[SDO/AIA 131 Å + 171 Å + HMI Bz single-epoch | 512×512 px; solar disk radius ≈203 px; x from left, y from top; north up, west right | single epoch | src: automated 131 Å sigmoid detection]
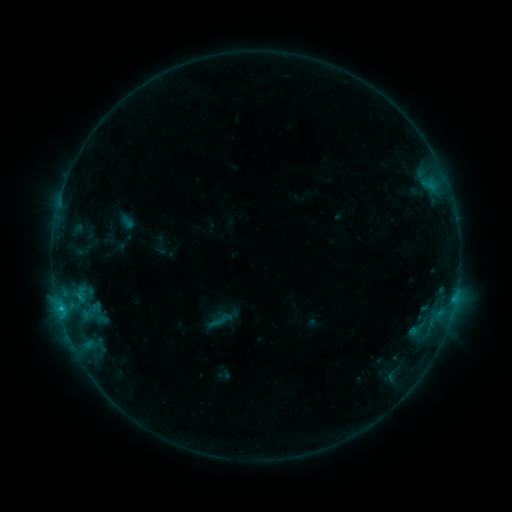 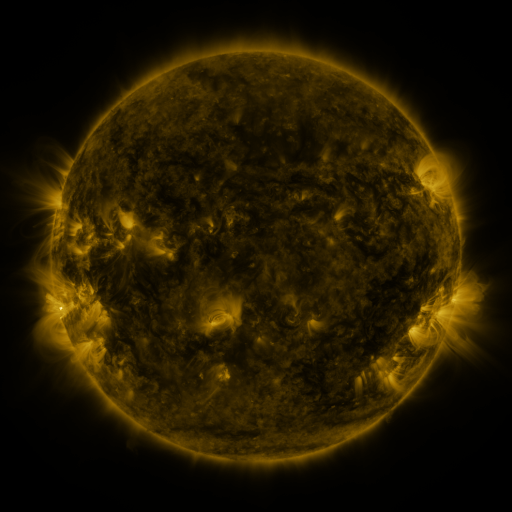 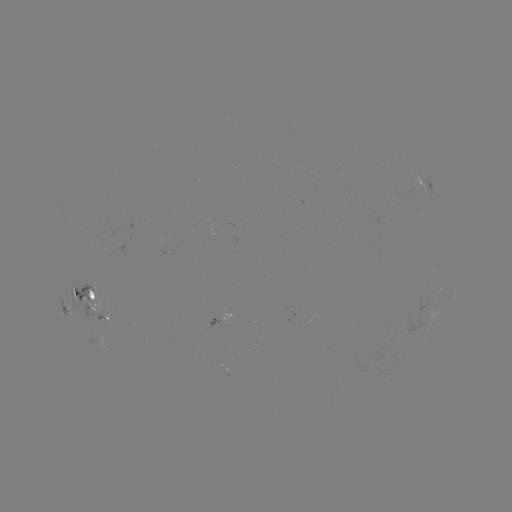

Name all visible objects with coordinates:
sigmoid: (206, 306, 235, 333)
